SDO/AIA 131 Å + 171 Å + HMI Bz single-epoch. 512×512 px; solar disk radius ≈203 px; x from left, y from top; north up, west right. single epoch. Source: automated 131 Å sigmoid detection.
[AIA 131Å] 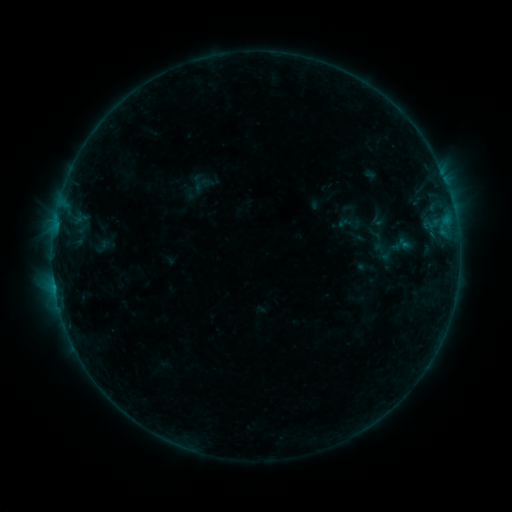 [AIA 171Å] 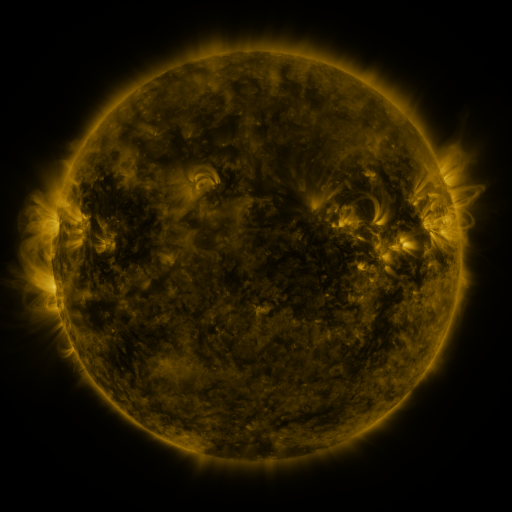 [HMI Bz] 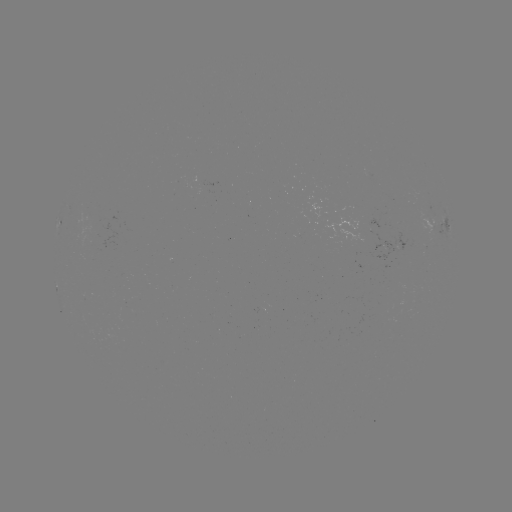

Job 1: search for sigmoid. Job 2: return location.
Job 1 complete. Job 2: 382,252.